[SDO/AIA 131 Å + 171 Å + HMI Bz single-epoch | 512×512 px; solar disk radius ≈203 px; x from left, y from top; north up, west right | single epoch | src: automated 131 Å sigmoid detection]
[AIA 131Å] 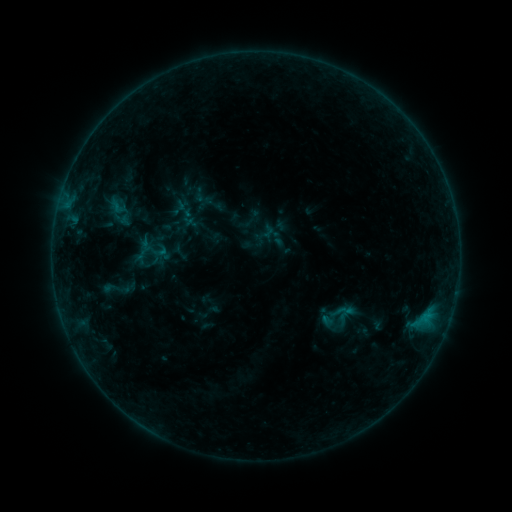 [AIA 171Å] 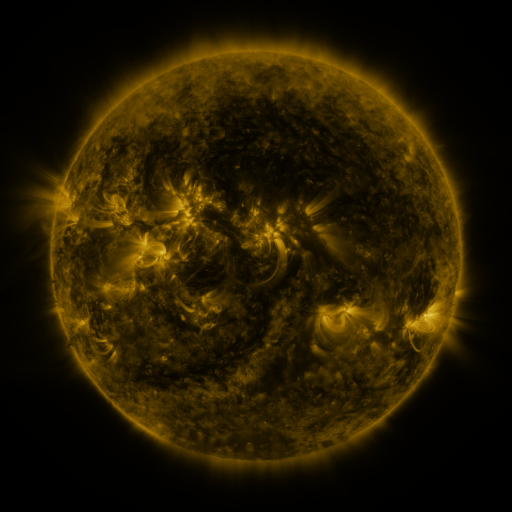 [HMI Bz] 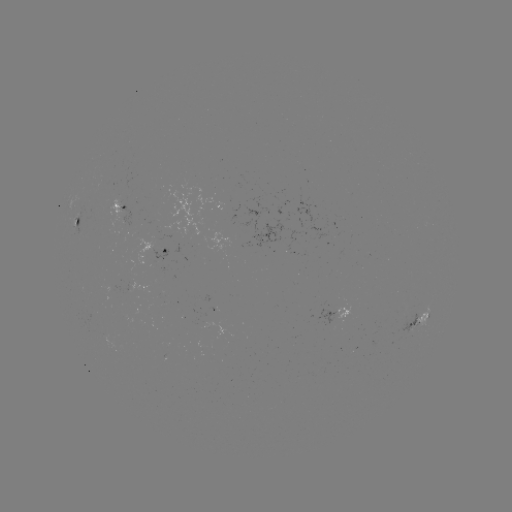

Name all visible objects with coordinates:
sigmoid: (144, 252)
